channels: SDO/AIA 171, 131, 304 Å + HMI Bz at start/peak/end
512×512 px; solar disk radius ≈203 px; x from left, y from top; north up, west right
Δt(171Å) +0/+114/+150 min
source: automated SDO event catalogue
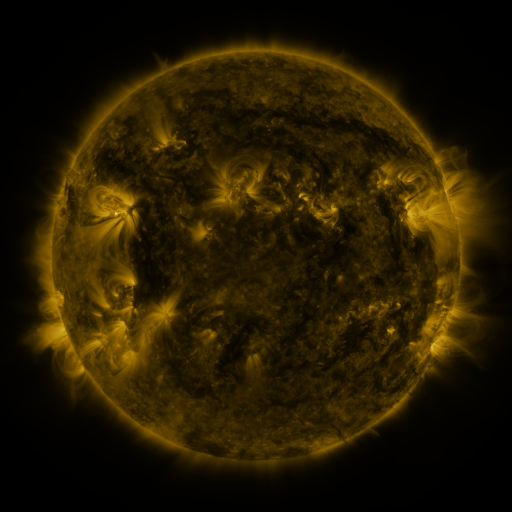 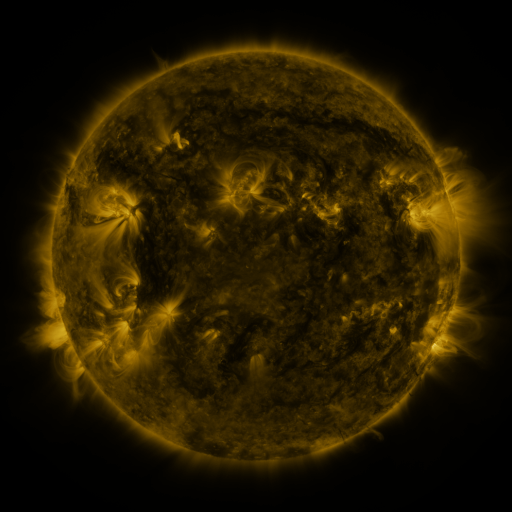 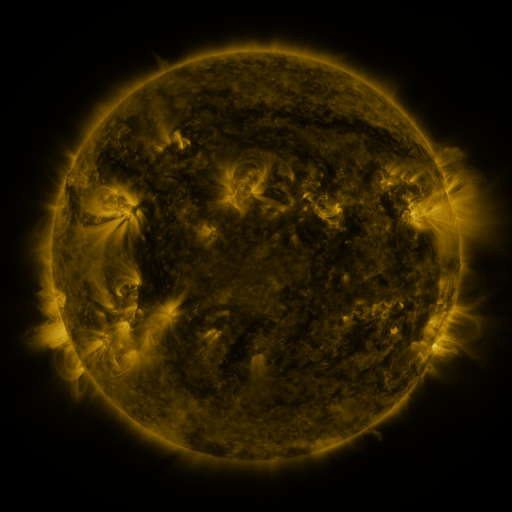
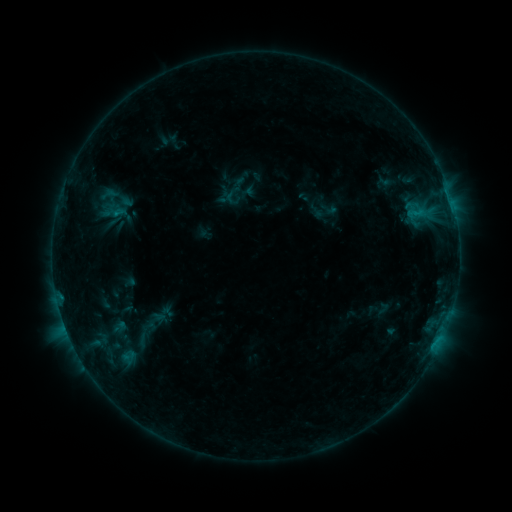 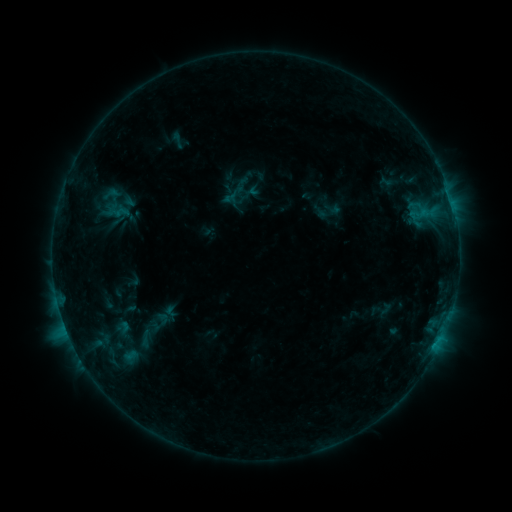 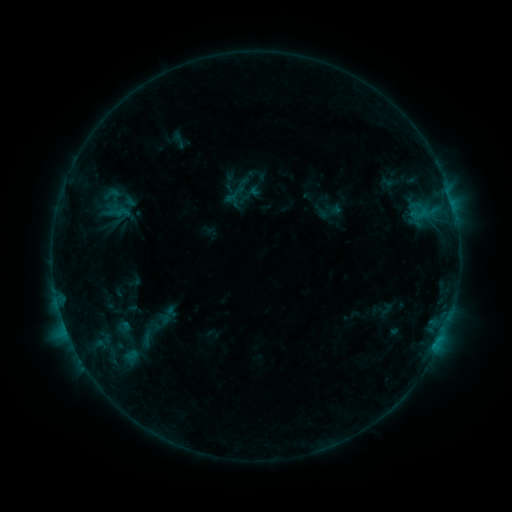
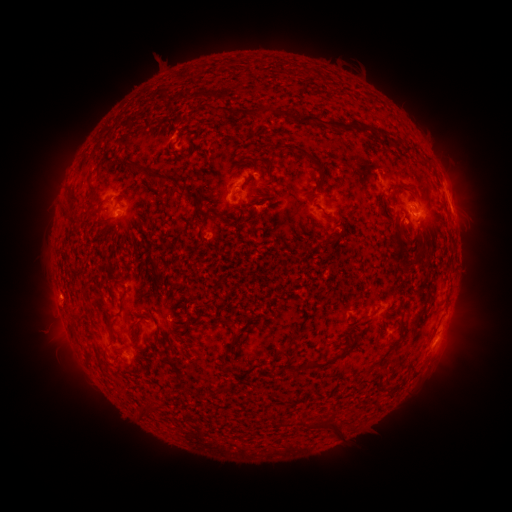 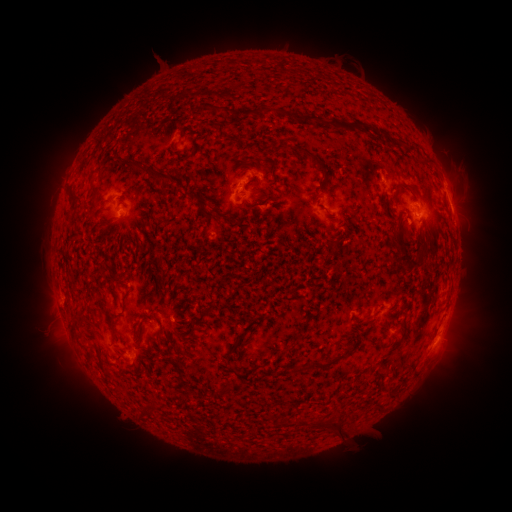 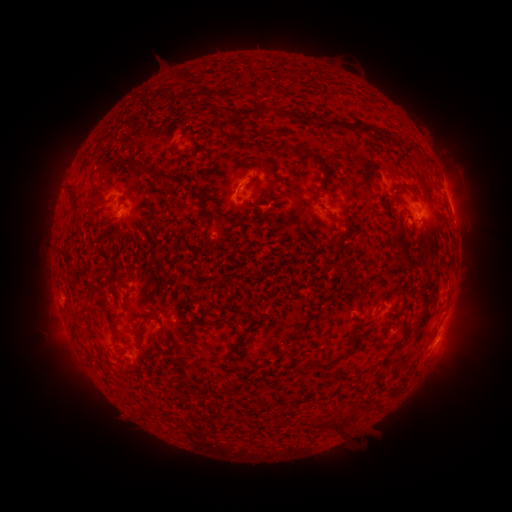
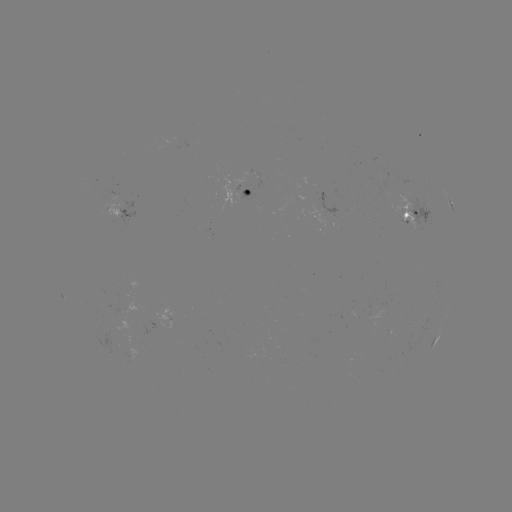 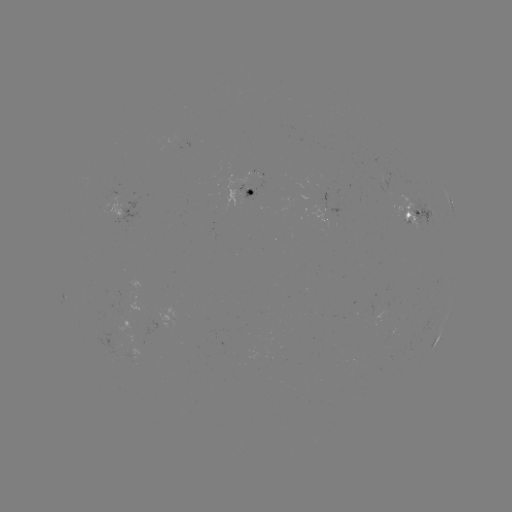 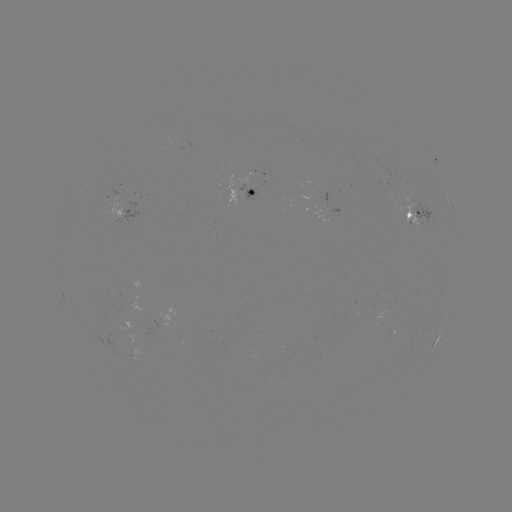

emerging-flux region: <bbox>98, 198, 120, 217</bbox>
